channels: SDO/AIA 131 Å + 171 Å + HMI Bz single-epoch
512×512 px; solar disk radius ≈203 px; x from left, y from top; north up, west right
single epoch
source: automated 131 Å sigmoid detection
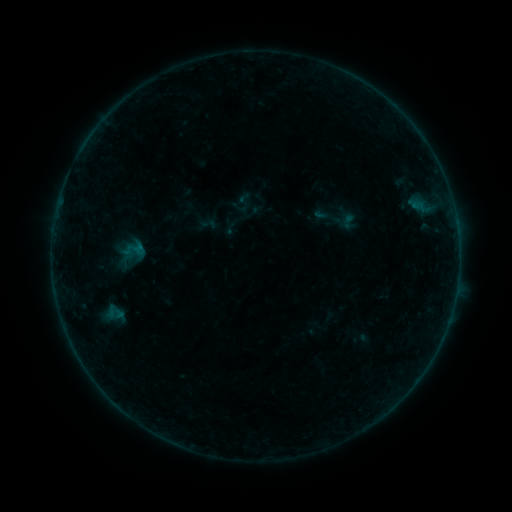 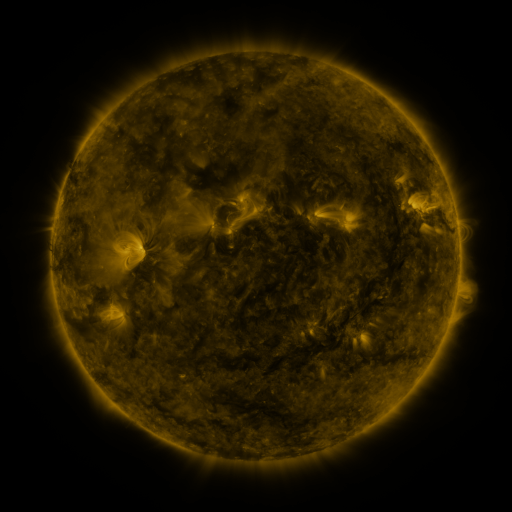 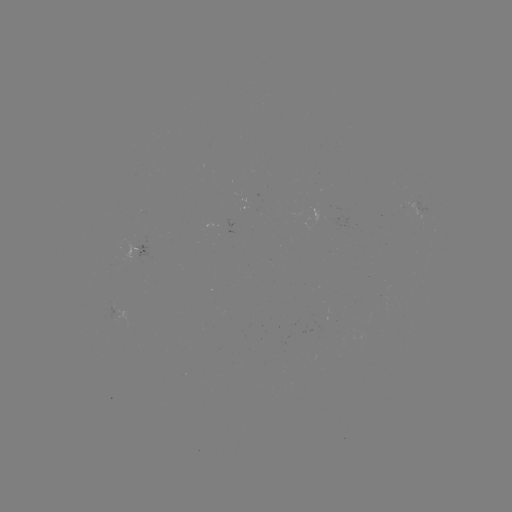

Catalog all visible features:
sigmoid: <bbox>229, 198, 247, 216</bbox>
sigmoid: <bbox>120, 235, 148, 265</bbox>
